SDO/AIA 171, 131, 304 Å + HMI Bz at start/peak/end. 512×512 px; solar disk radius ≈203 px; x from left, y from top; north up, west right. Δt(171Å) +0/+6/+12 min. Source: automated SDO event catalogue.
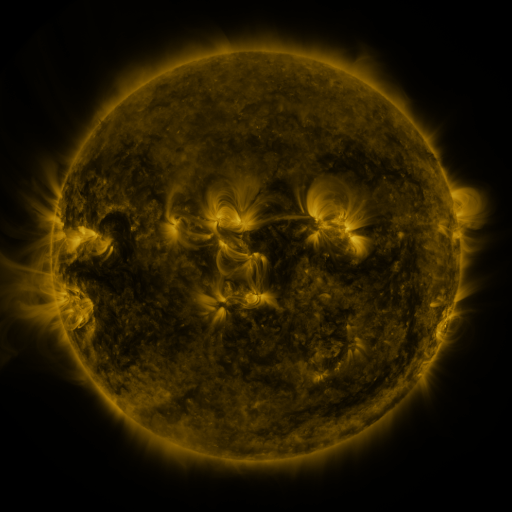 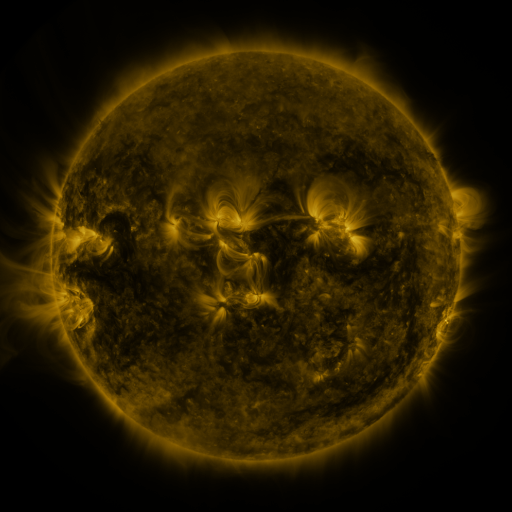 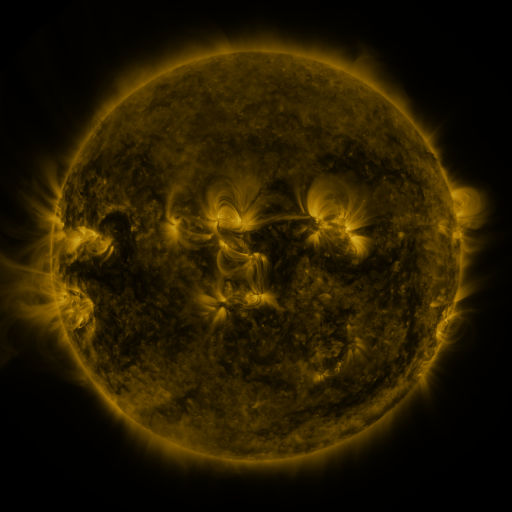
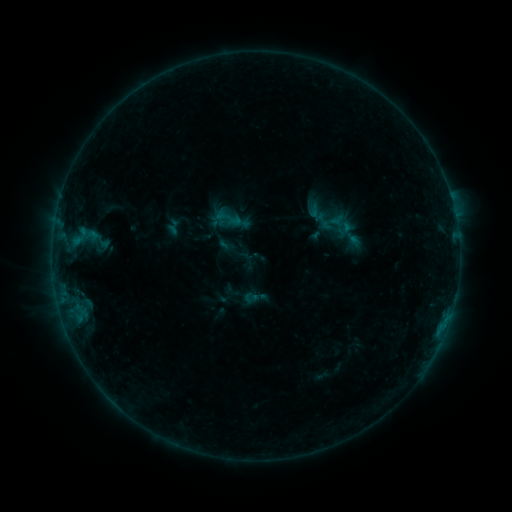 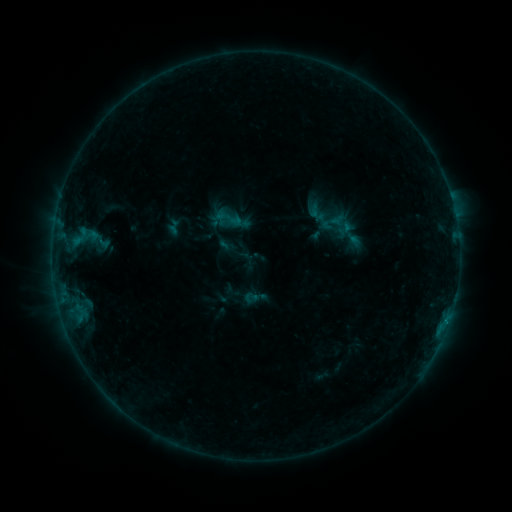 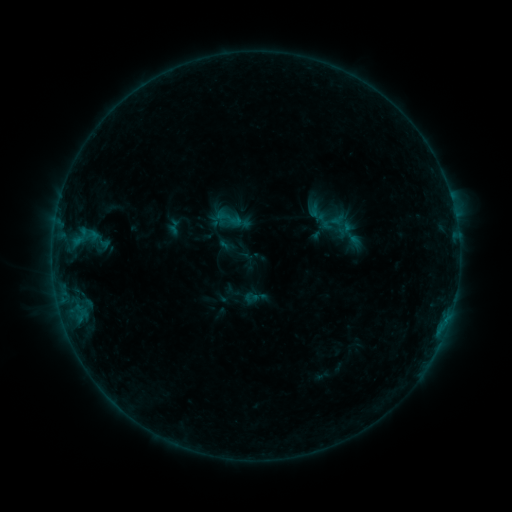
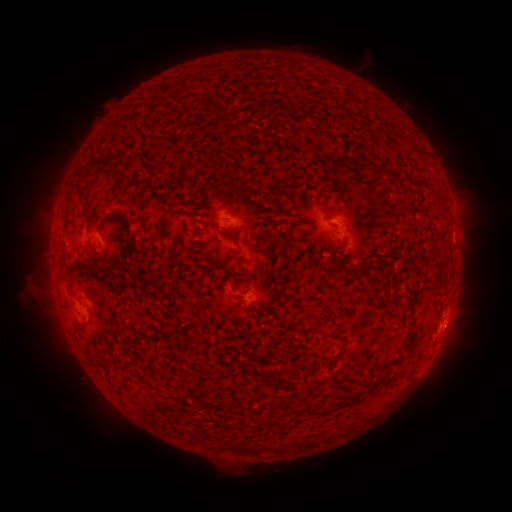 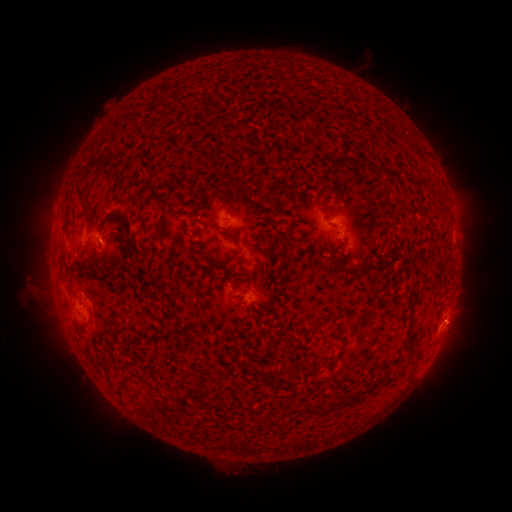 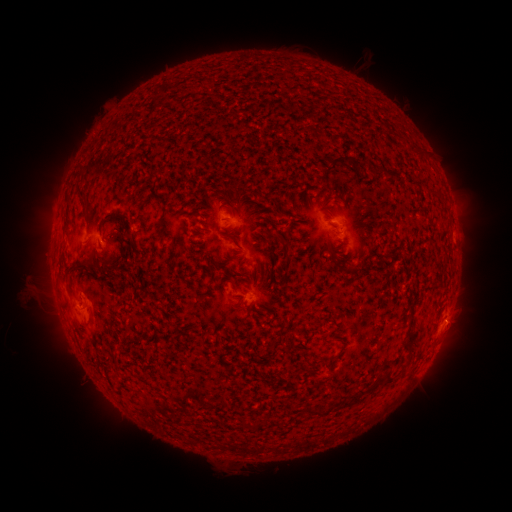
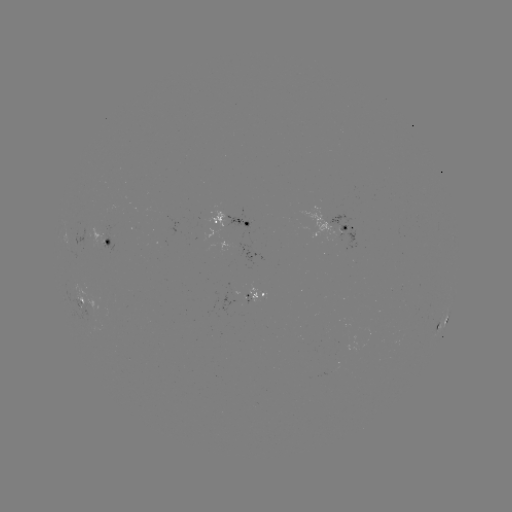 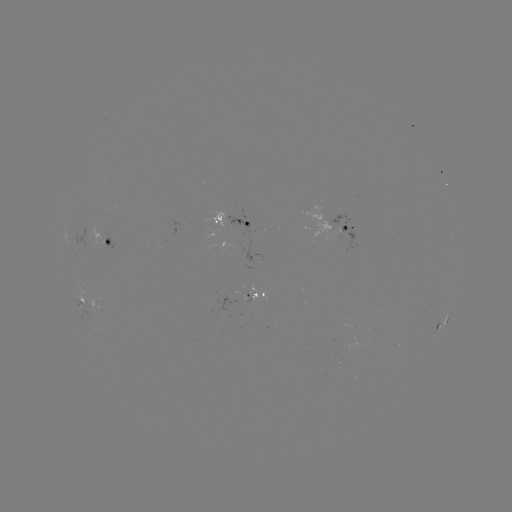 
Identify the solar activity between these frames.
no flare in any classed list; no EUV-trigger detection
